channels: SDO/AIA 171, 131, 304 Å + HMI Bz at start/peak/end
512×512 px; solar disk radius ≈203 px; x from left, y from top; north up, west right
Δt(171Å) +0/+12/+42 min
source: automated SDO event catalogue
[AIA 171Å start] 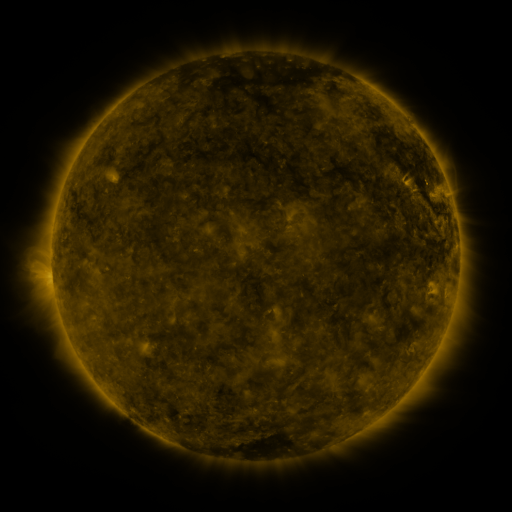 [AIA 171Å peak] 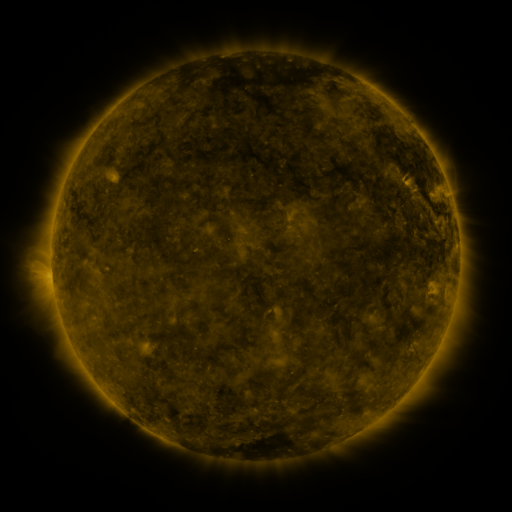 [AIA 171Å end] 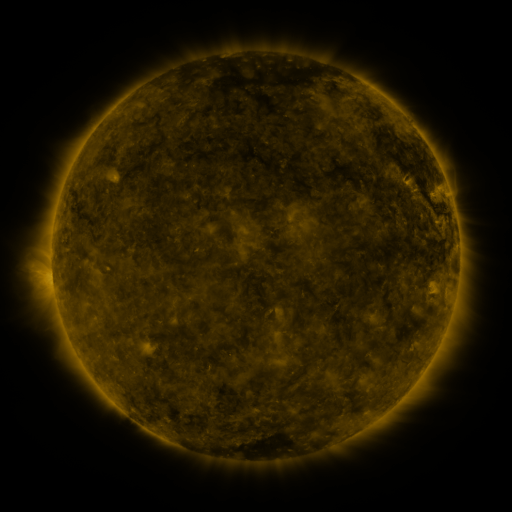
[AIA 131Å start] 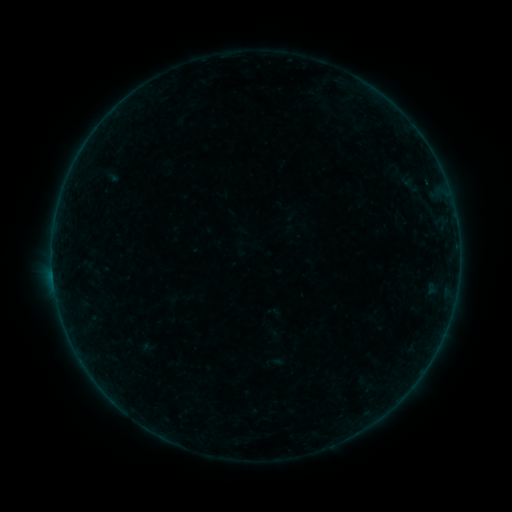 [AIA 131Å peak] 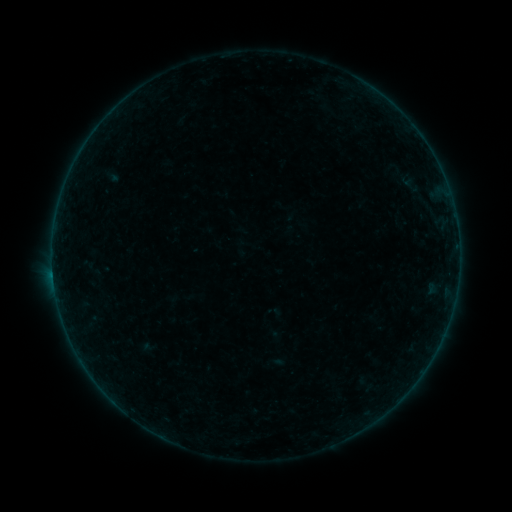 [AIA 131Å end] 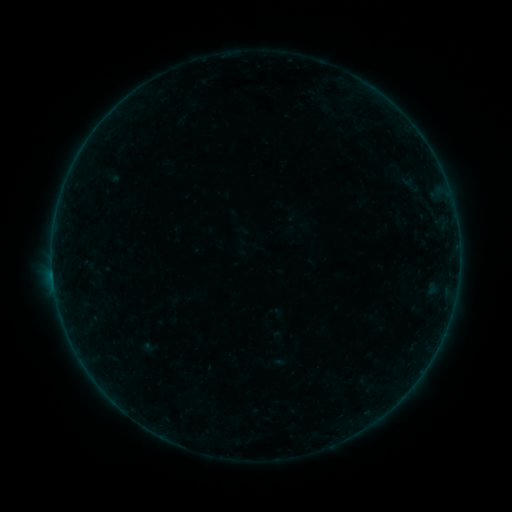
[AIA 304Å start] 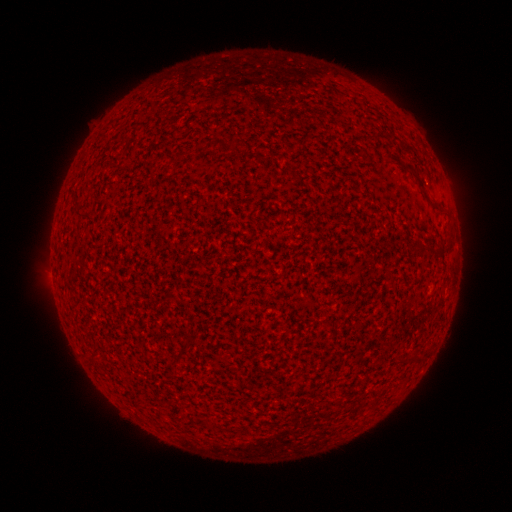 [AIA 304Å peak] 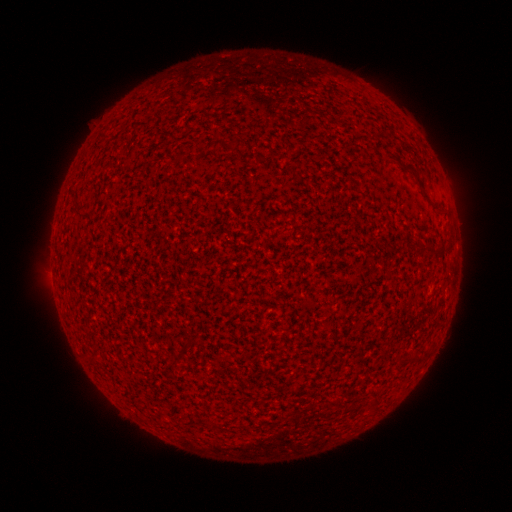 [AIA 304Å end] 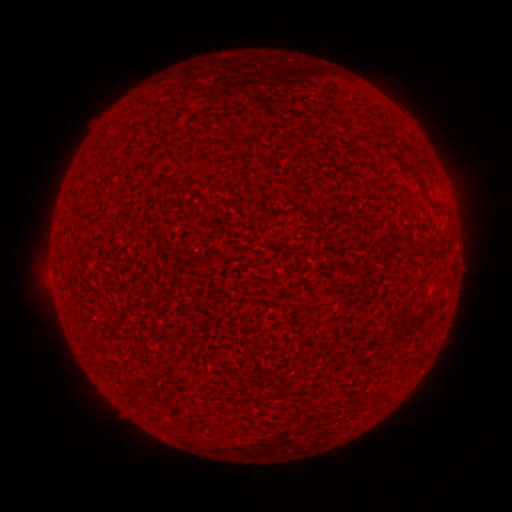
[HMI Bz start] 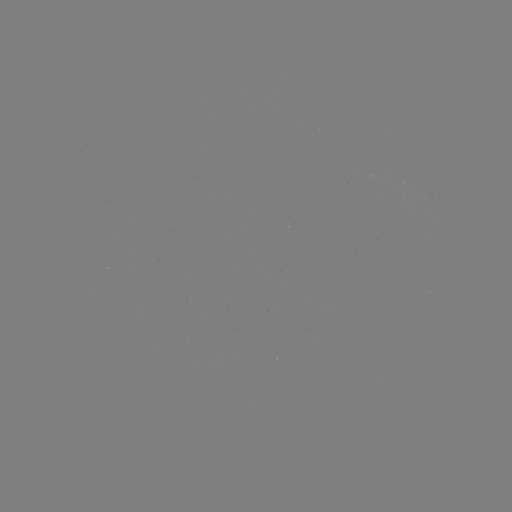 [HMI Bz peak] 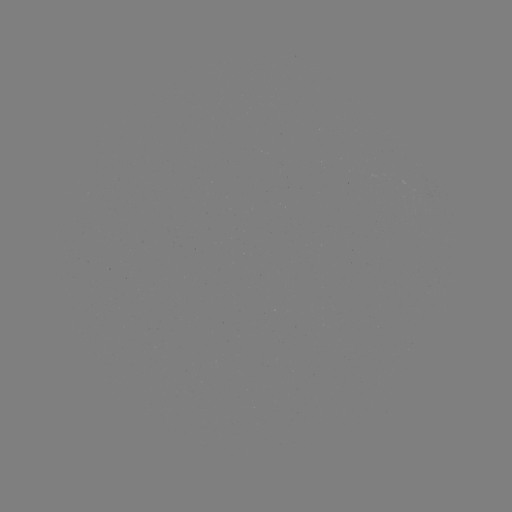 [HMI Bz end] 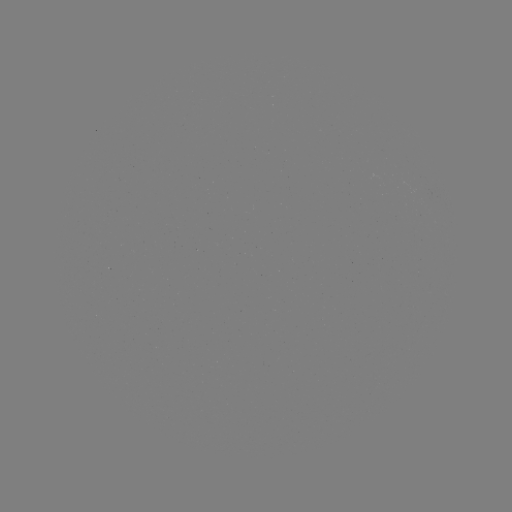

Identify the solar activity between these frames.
A6.8 flare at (53, 273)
